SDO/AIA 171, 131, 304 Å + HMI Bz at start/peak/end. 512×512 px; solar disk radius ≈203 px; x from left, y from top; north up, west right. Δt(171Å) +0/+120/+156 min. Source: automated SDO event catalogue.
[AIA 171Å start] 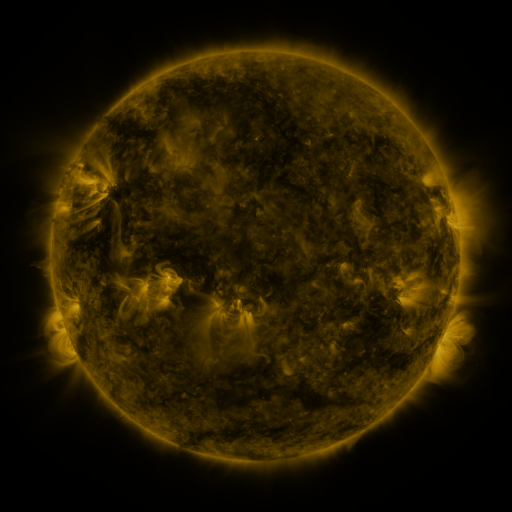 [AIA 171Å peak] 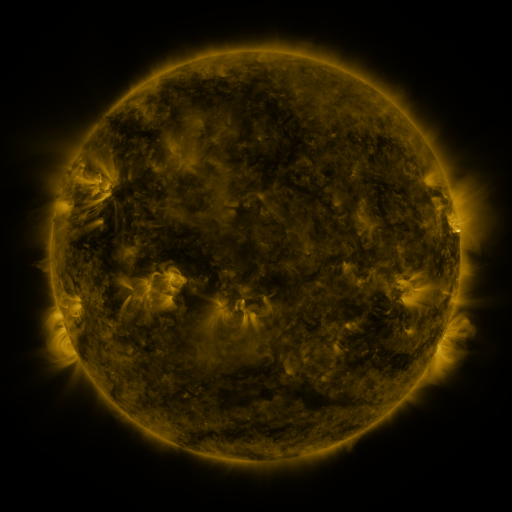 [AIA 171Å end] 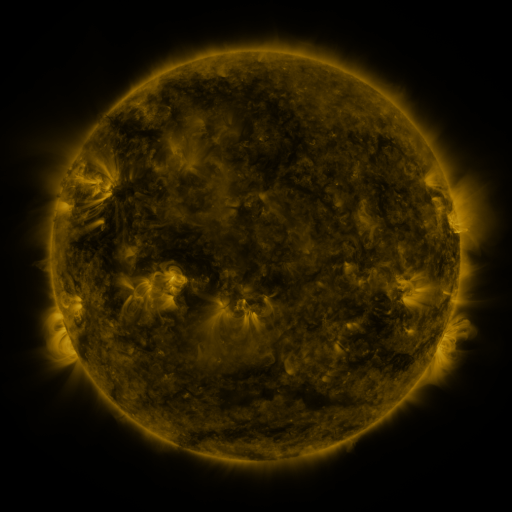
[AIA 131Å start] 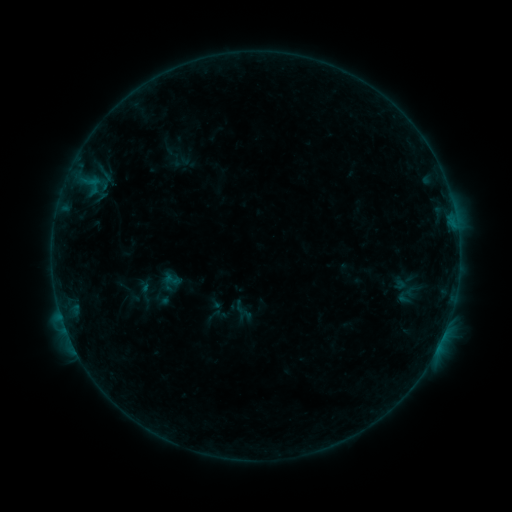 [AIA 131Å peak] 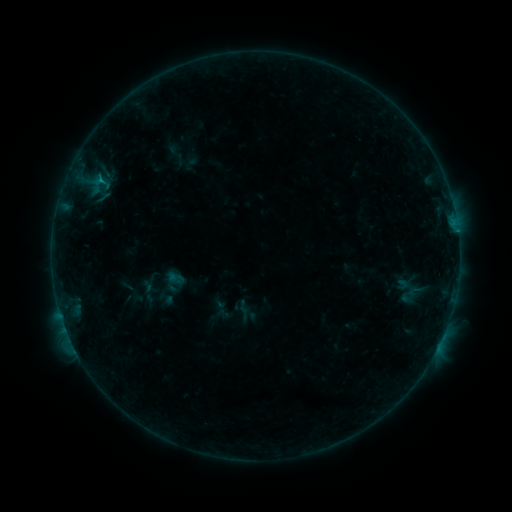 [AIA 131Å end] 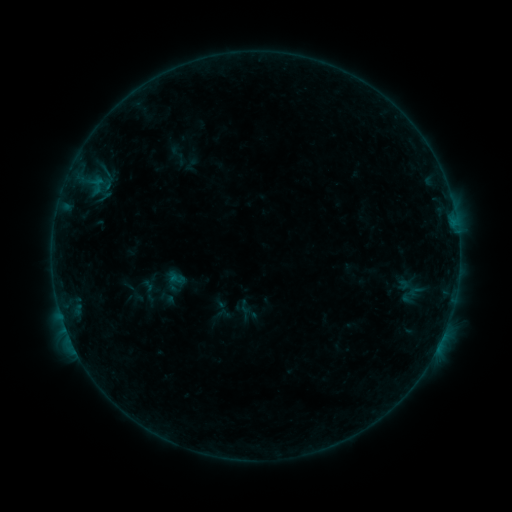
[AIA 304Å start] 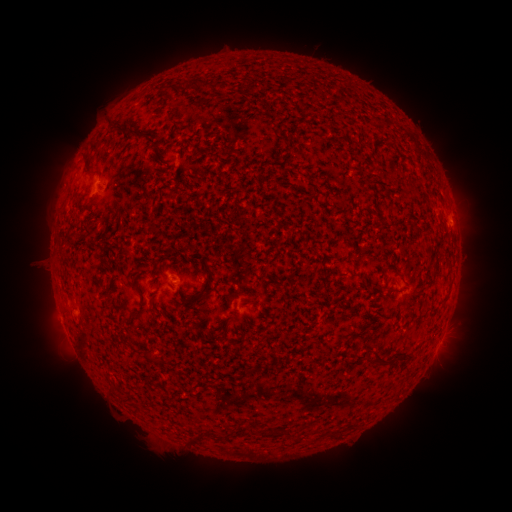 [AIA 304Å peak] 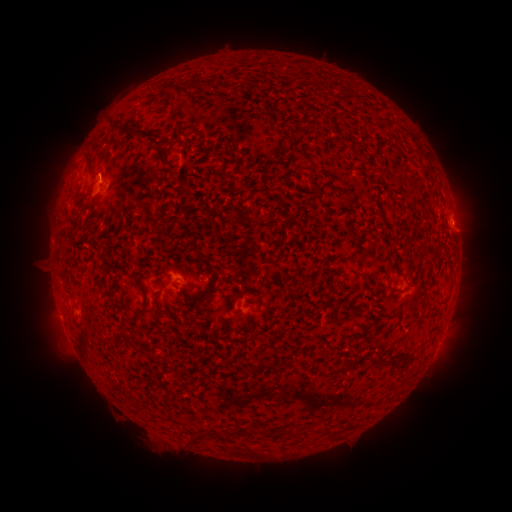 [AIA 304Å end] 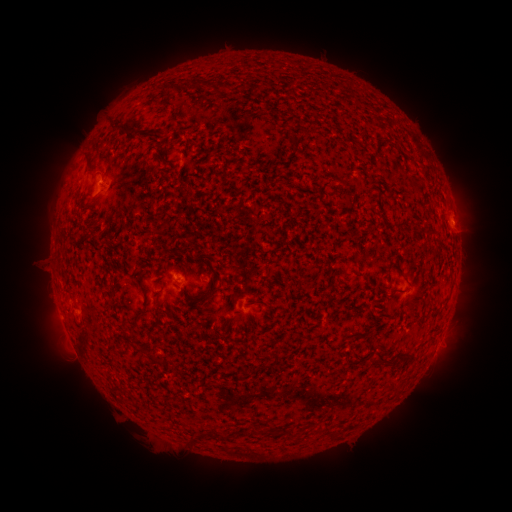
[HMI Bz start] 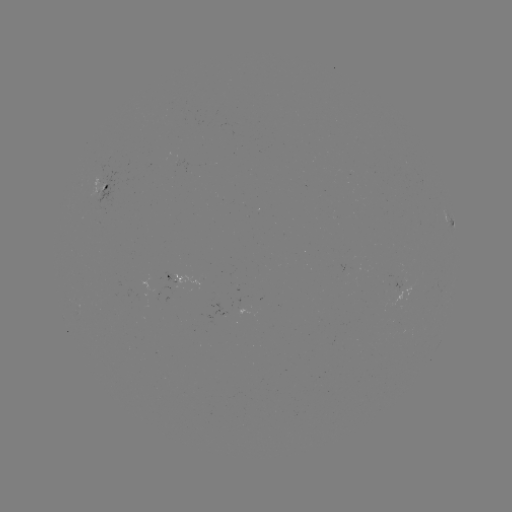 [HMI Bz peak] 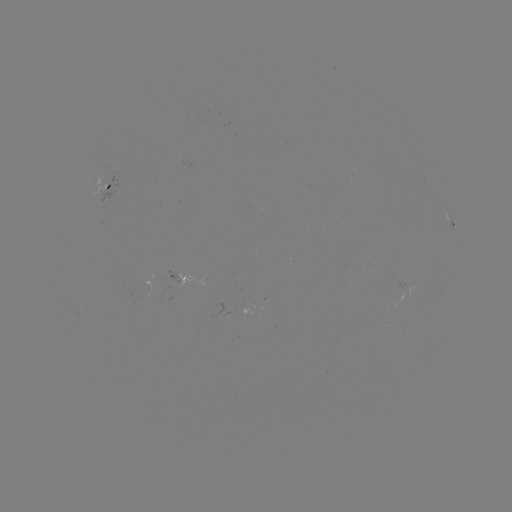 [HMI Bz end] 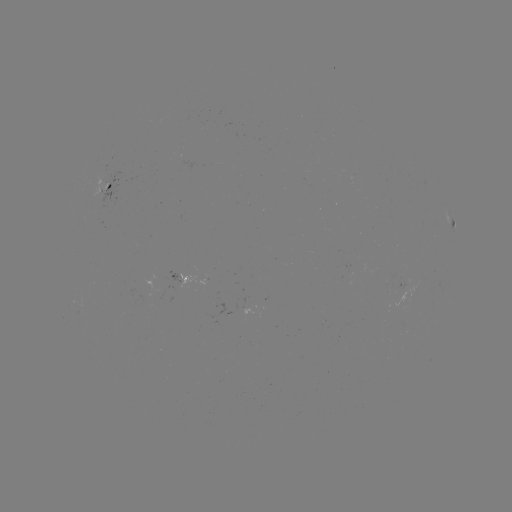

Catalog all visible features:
emerging-flux region: (101, 183)
